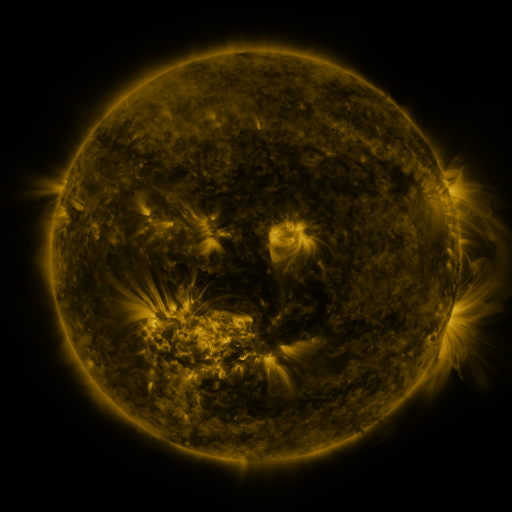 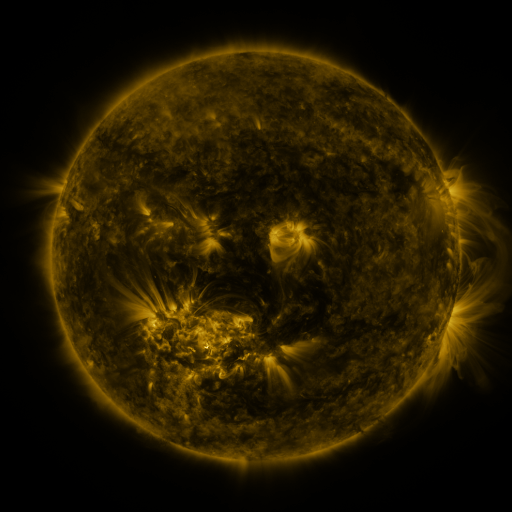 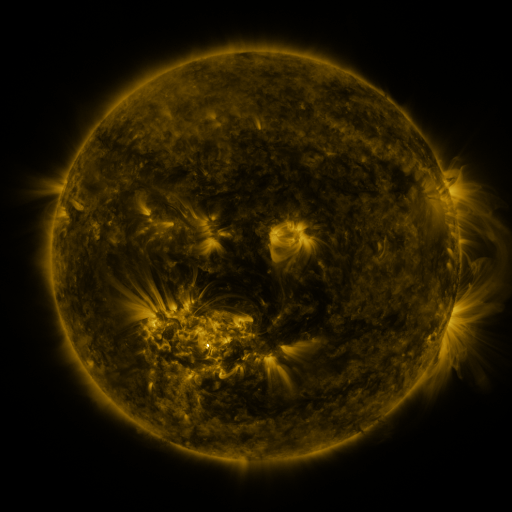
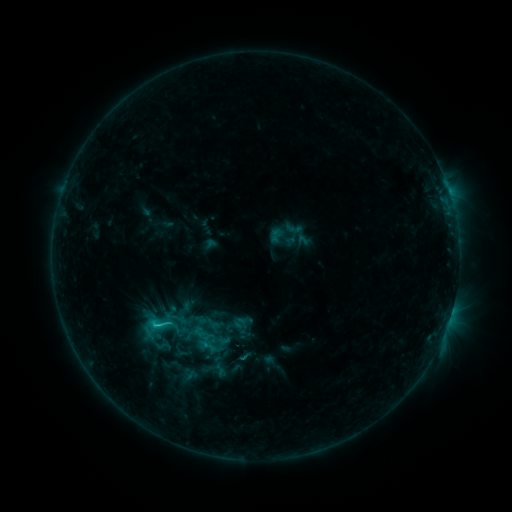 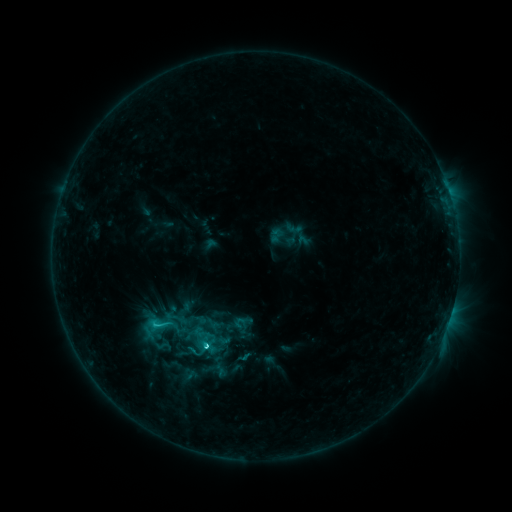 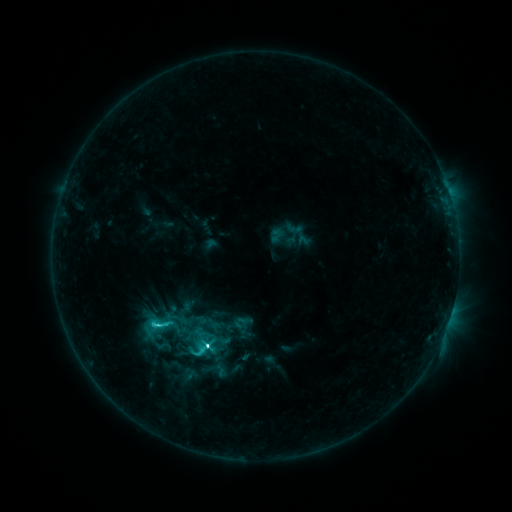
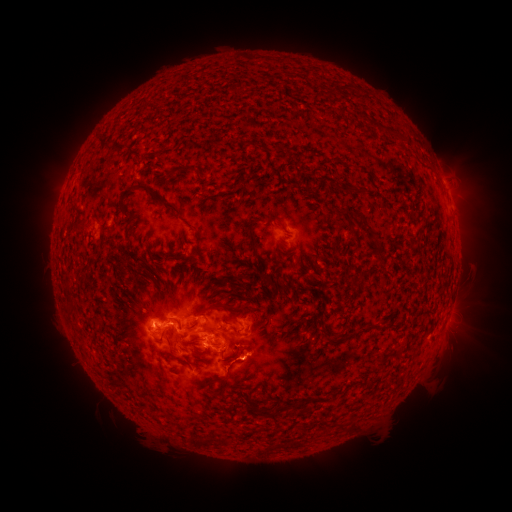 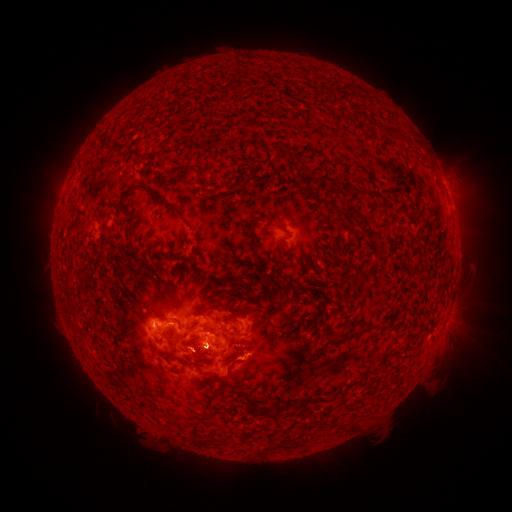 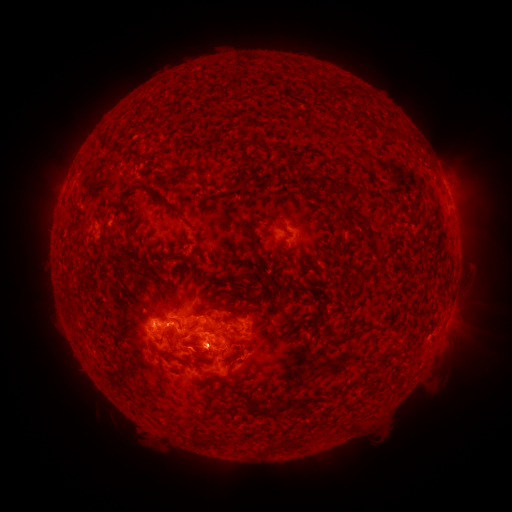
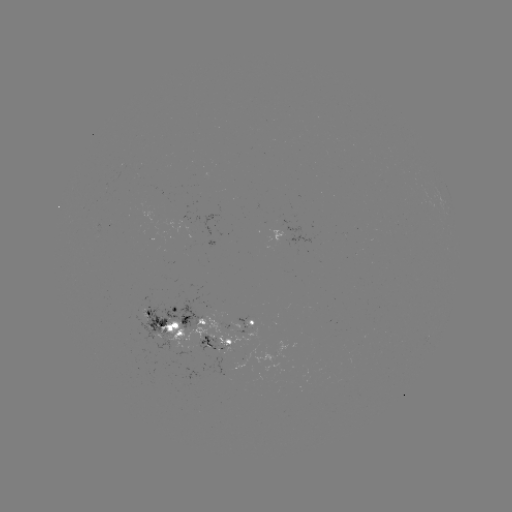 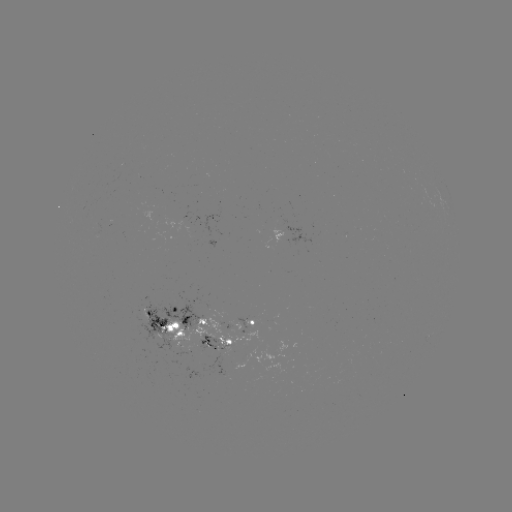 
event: flare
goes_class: C8.2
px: (207, 344)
